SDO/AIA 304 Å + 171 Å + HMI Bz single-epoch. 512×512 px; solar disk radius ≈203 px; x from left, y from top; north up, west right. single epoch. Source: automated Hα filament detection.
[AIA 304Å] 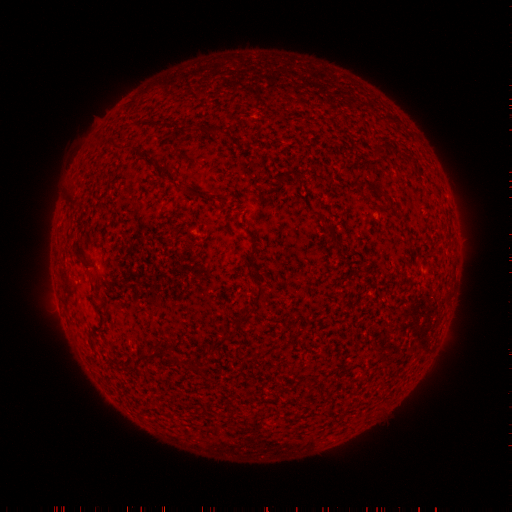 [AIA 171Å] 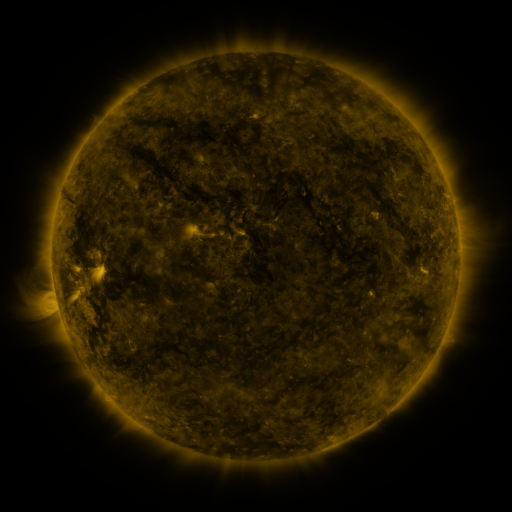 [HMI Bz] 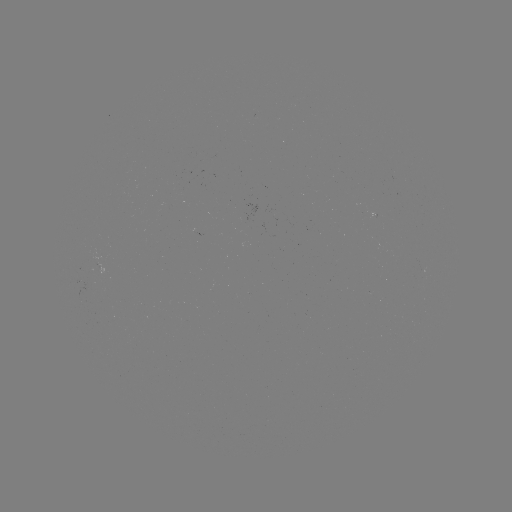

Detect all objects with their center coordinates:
filament: <bbox>206, 124, 222, 136</bbox>
filament: <bbox>183, 185, 193, 195</bbox>
filament: <bbox>66, 191, 79, 204</bbox>
filament: <bbox>312, 211, 325, 221</bbox>
filament: <bbox>323, 224, 333, 233</bbox>
filament: <bbox>75, 250, 83, 260</bbox>
filament: <bbox>244, 254, 254, 268</bbox>
filament: <bbox>251, 285, 263, 300</bbox>
filament: <bbox>244, 306, 255, 314</bbox>
filament: <bbox>125, 349, 178, 373</bbox>
